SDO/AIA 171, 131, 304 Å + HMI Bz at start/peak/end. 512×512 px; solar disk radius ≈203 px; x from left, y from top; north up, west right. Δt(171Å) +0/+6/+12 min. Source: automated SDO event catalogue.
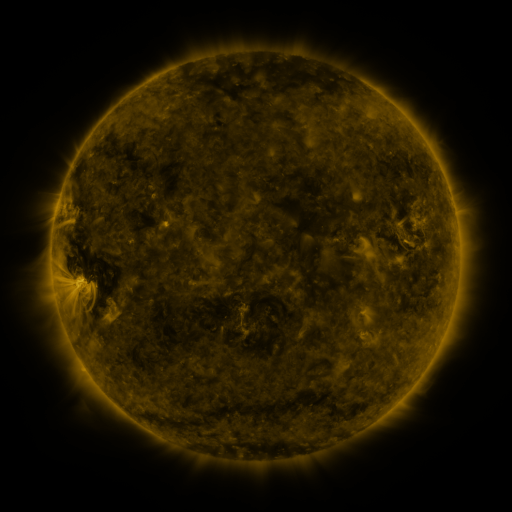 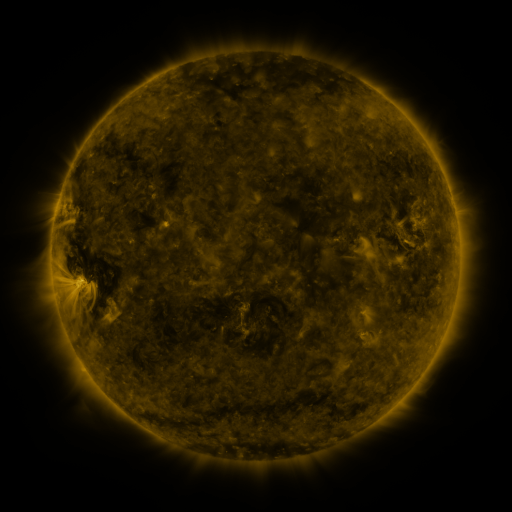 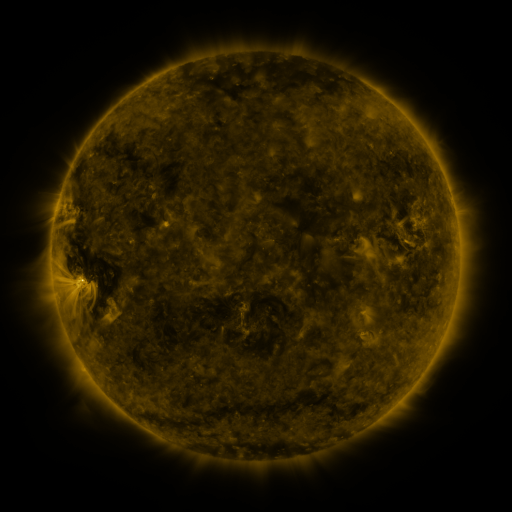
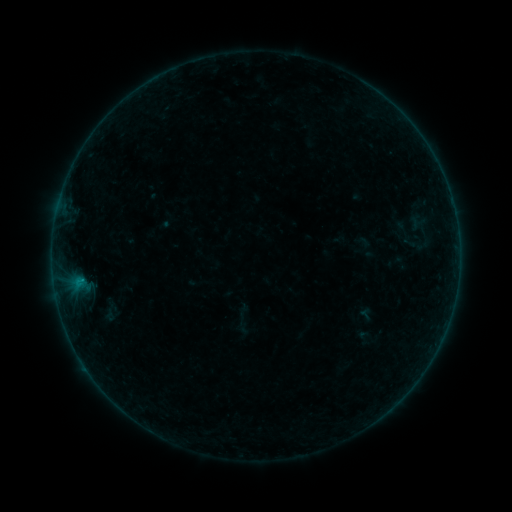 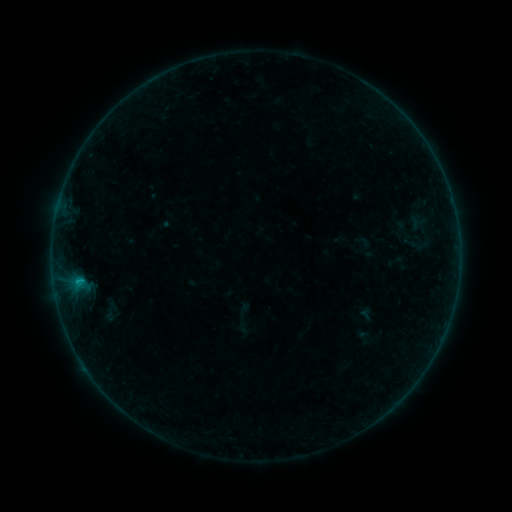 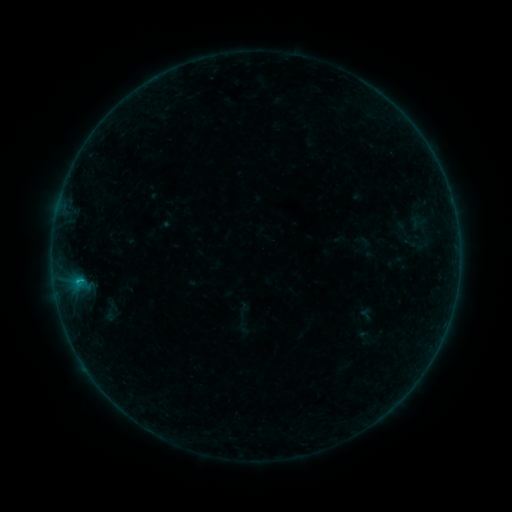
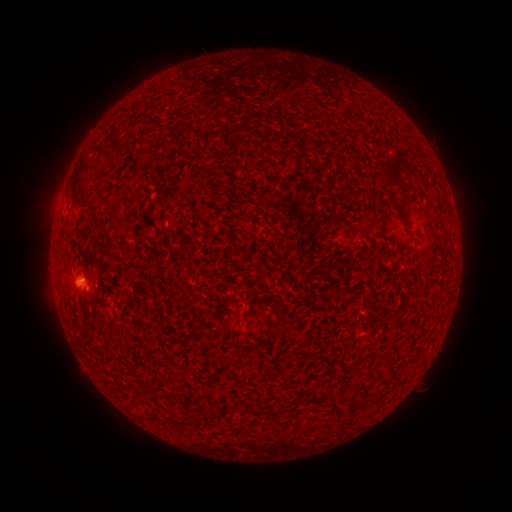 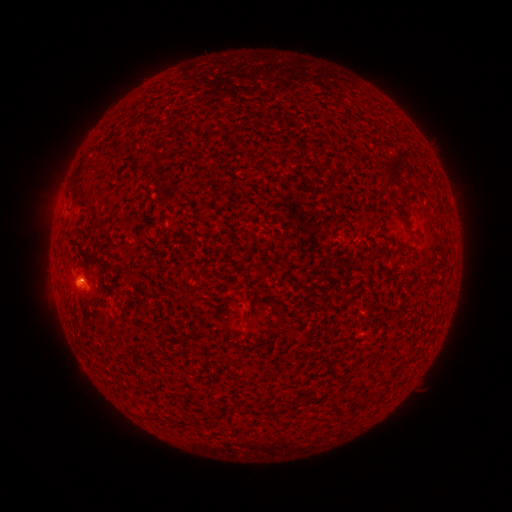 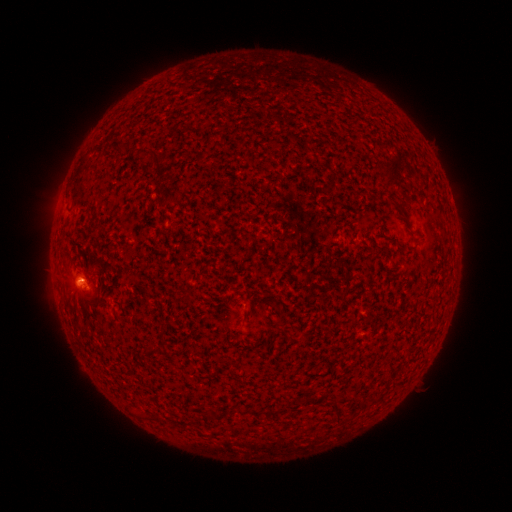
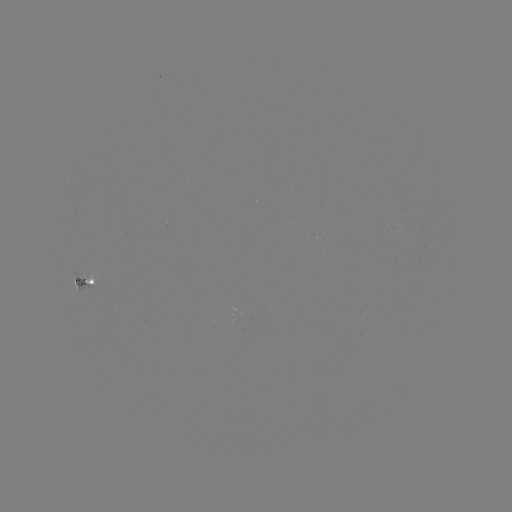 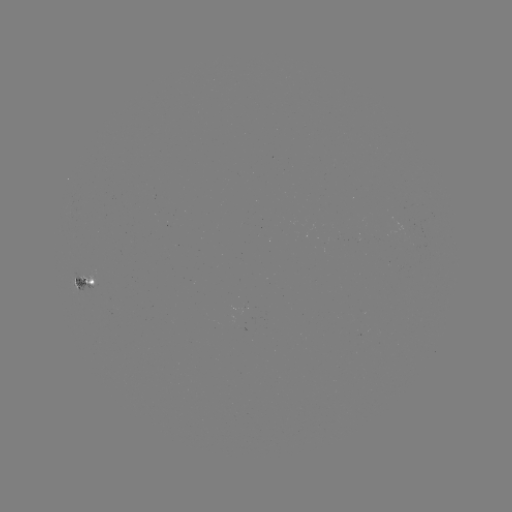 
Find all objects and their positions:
B5.7 flare: (83, 280)
